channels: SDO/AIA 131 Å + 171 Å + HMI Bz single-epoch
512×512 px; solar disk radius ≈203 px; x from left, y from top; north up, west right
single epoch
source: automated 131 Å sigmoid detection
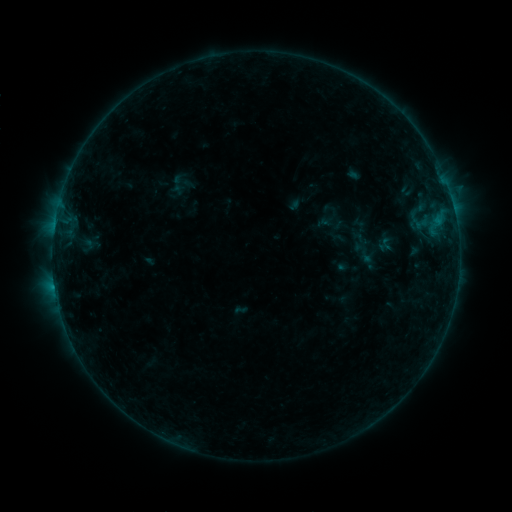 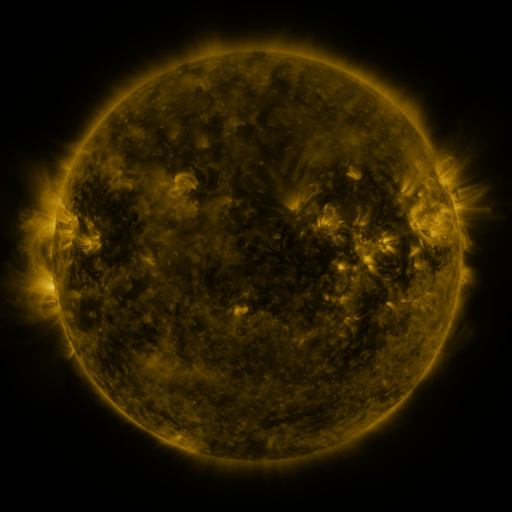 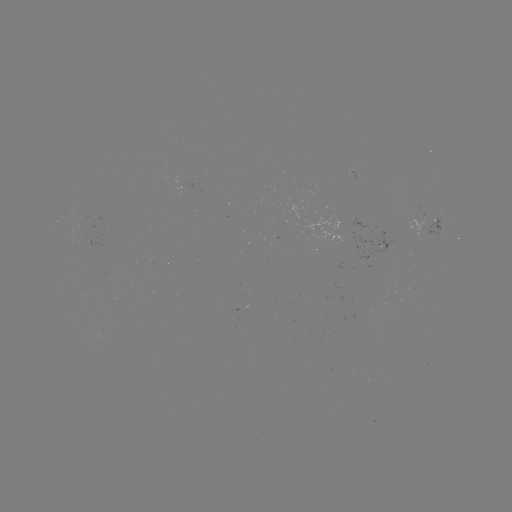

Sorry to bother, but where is sigmoid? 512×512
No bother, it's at (364, 253).